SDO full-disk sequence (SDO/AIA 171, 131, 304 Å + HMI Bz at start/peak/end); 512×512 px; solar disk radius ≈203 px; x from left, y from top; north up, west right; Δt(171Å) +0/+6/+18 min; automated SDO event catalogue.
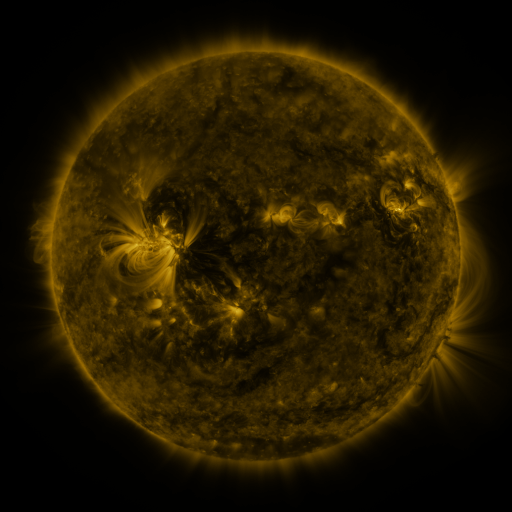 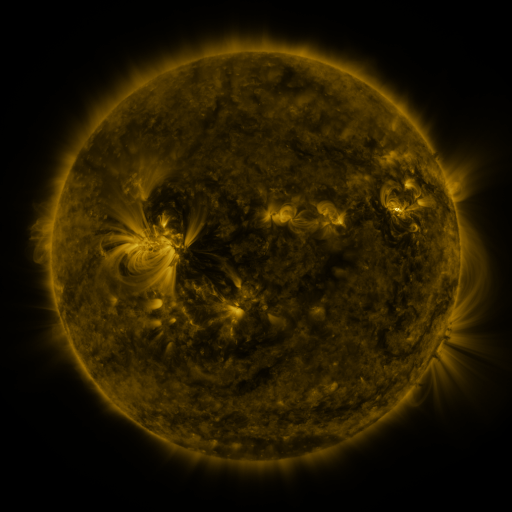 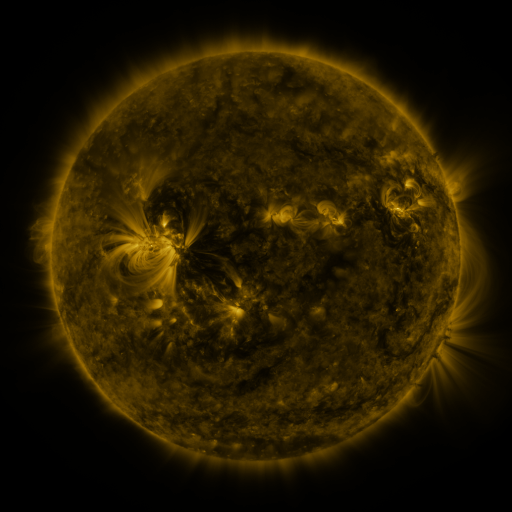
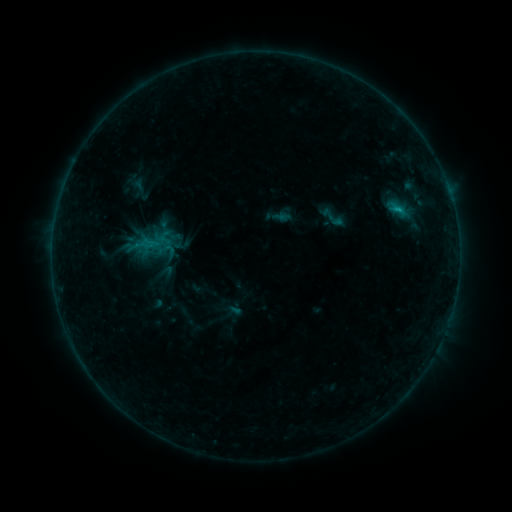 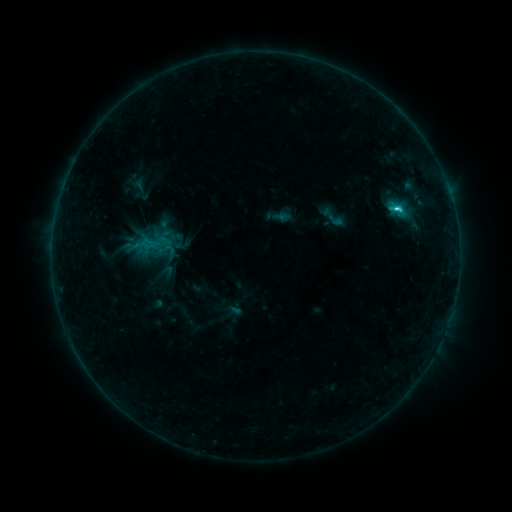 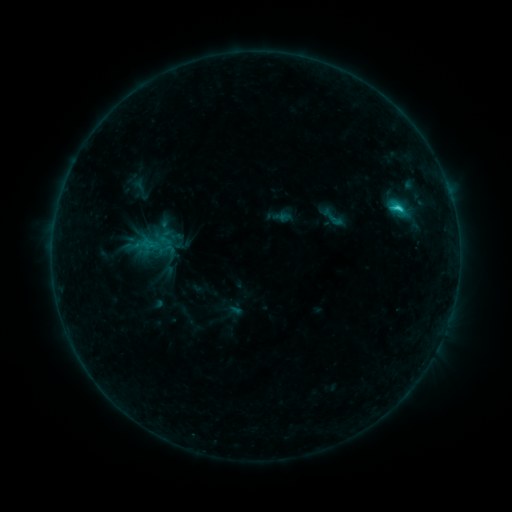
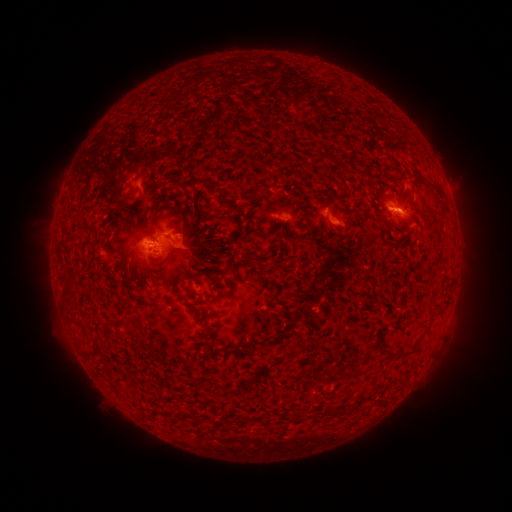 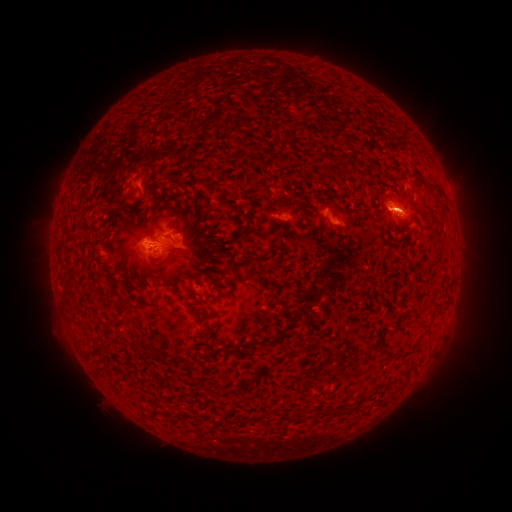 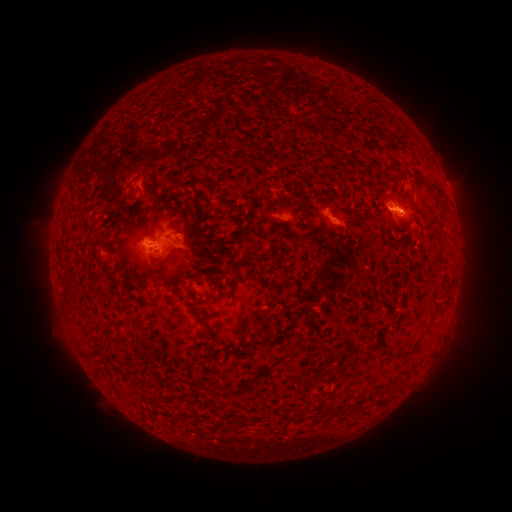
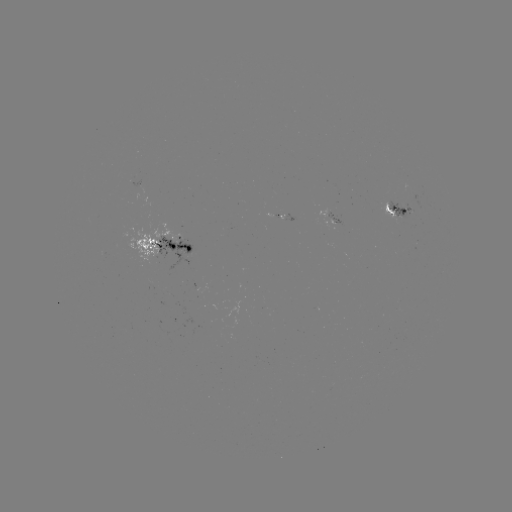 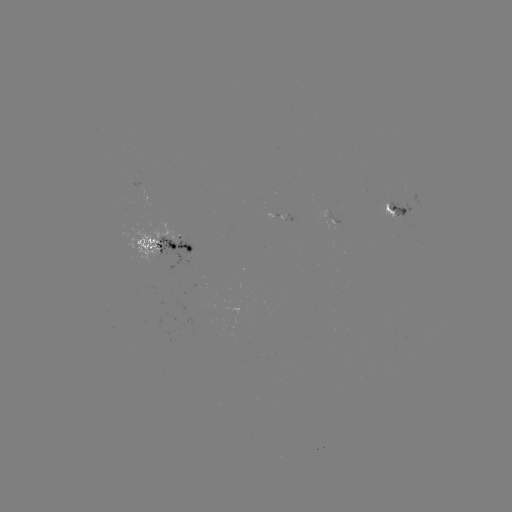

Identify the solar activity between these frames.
C3.3 flare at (396, 210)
